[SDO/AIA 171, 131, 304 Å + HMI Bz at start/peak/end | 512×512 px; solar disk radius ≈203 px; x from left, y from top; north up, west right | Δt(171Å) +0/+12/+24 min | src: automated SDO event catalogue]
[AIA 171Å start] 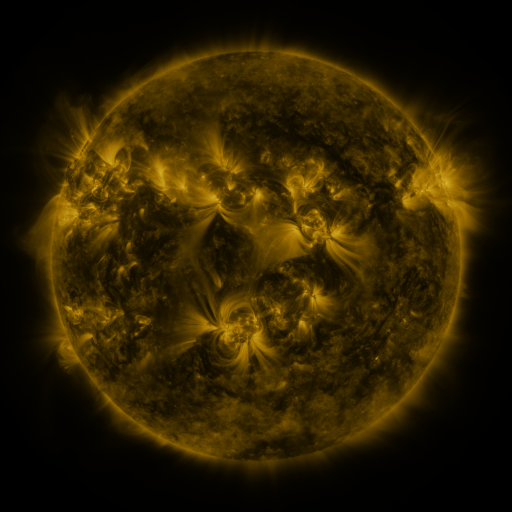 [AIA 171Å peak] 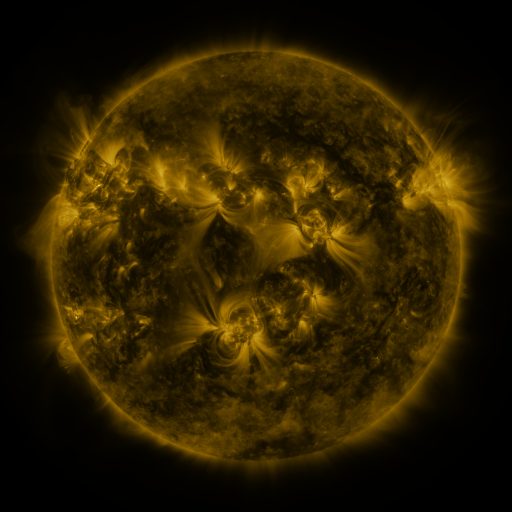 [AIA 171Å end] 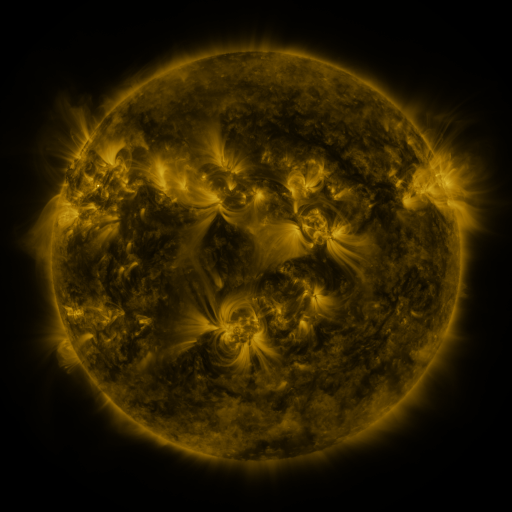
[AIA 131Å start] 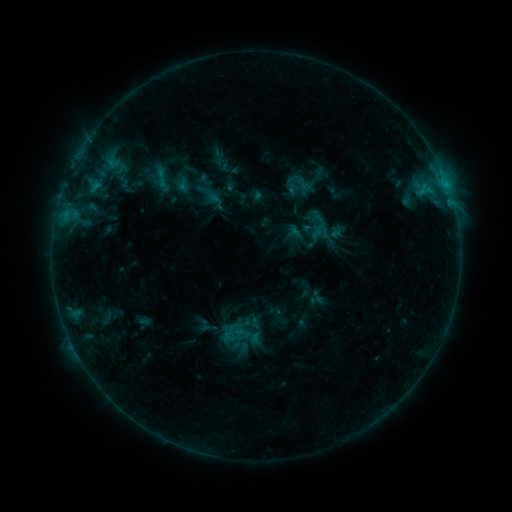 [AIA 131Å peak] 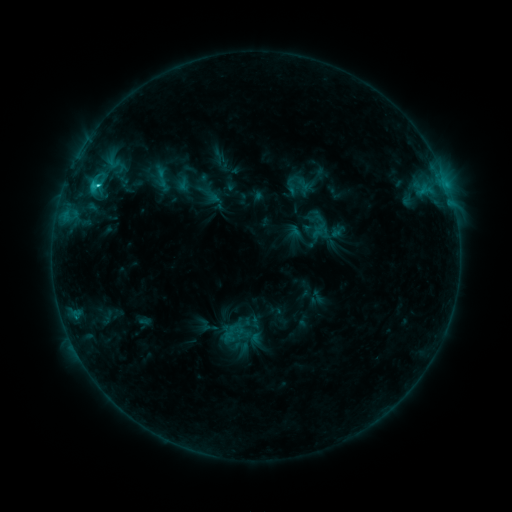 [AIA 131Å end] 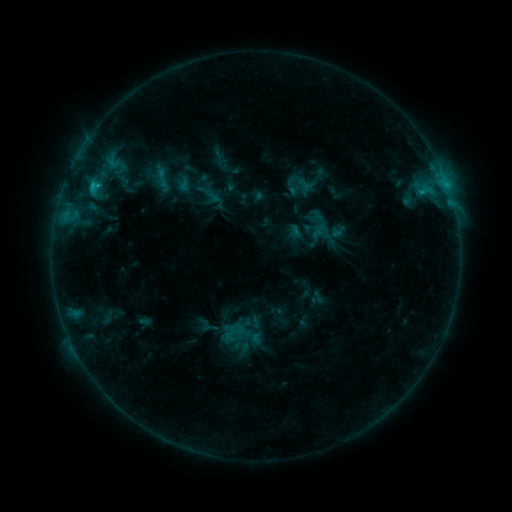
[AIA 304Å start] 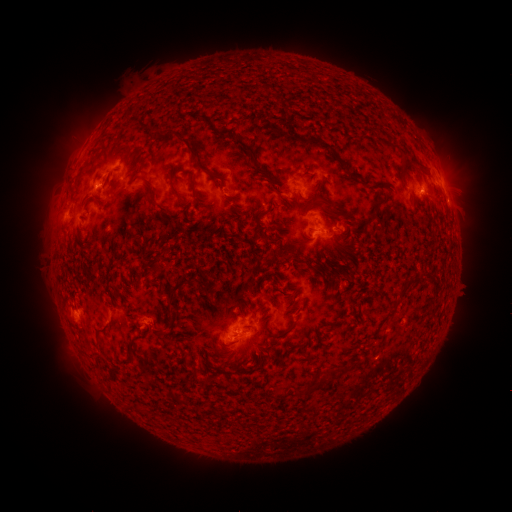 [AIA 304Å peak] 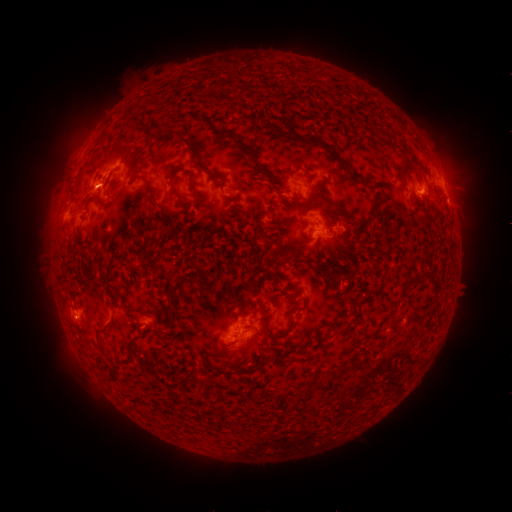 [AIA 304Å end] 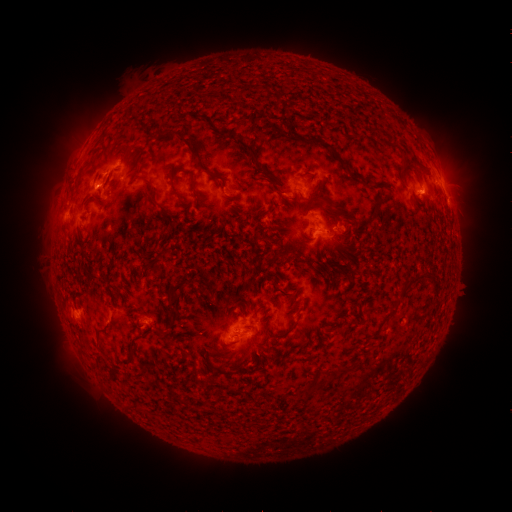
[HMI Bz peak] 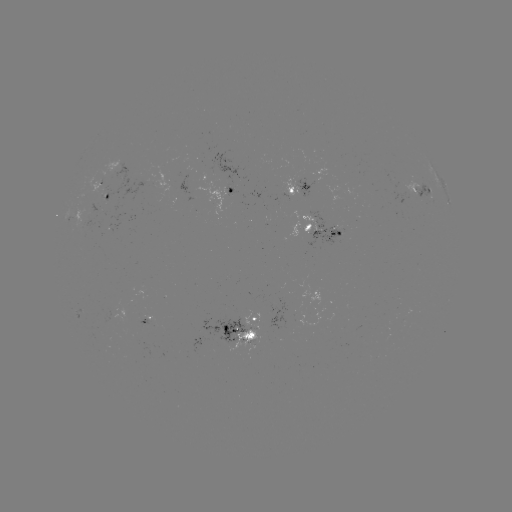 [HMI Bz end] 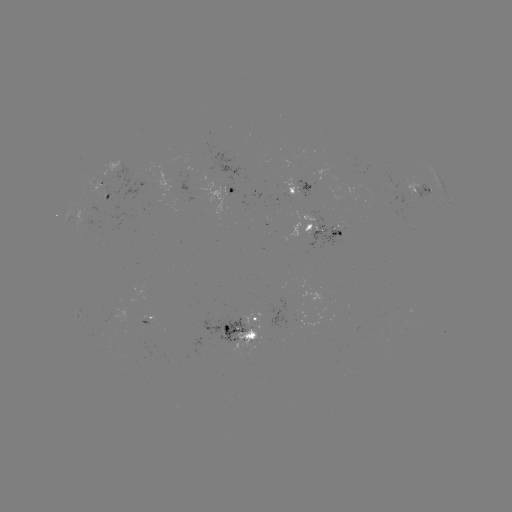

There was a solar flare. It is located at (99, 187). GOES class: C1.9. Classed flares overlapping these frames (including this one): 1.